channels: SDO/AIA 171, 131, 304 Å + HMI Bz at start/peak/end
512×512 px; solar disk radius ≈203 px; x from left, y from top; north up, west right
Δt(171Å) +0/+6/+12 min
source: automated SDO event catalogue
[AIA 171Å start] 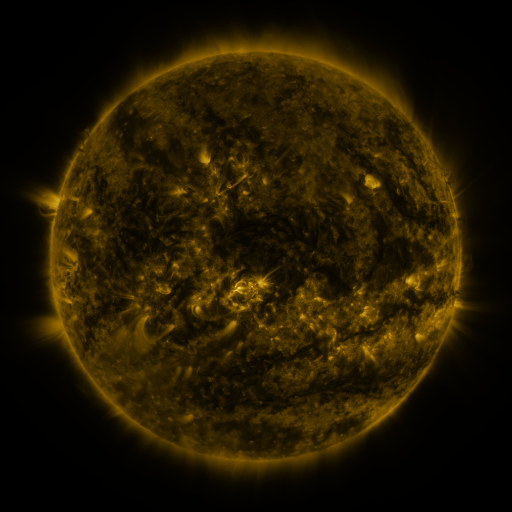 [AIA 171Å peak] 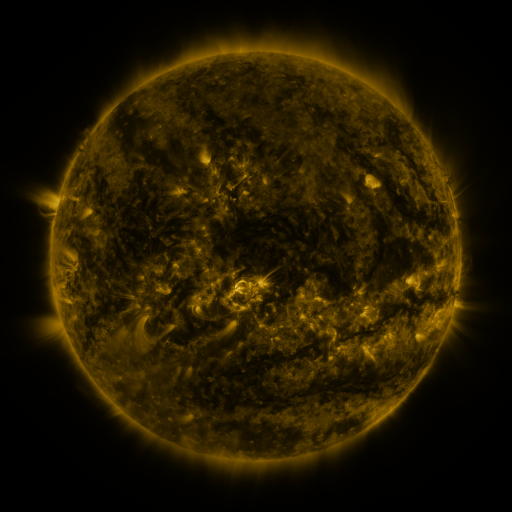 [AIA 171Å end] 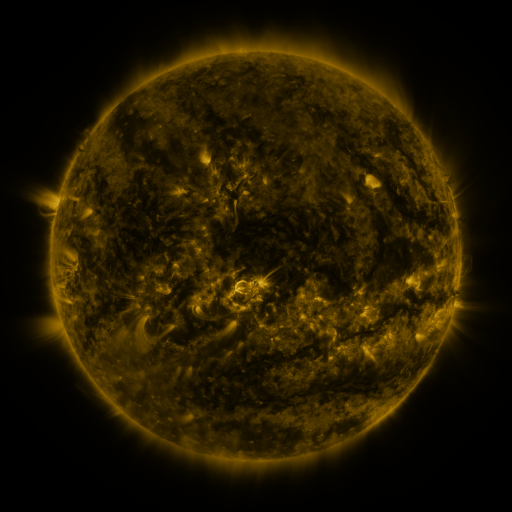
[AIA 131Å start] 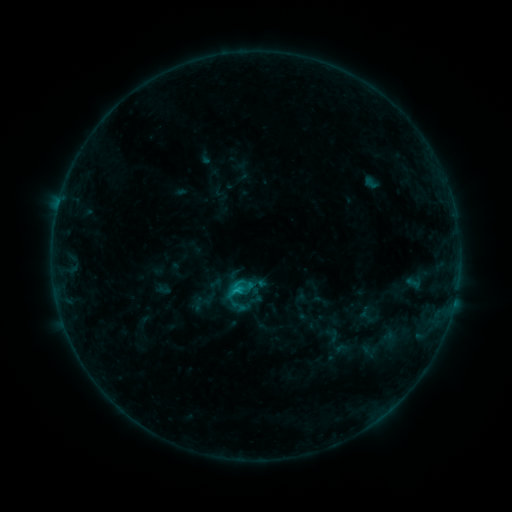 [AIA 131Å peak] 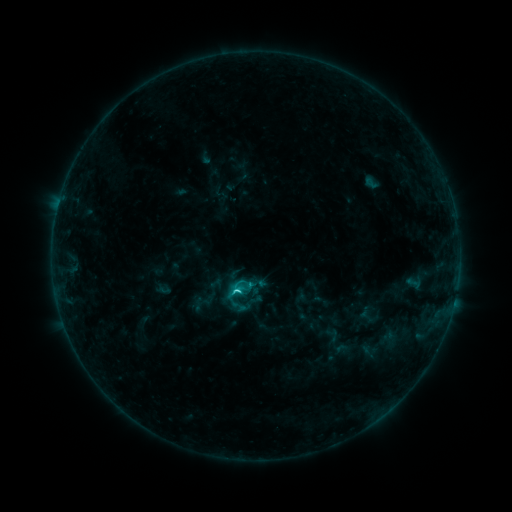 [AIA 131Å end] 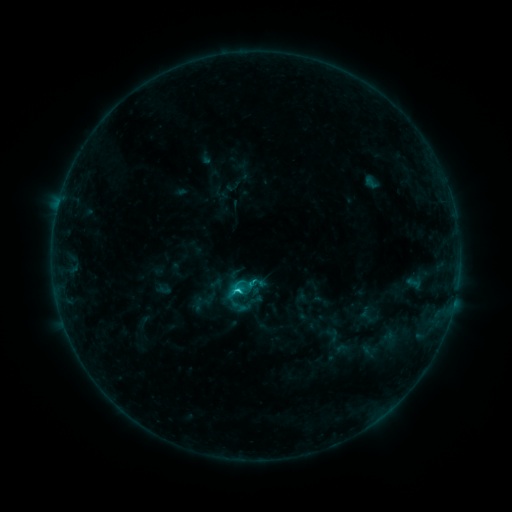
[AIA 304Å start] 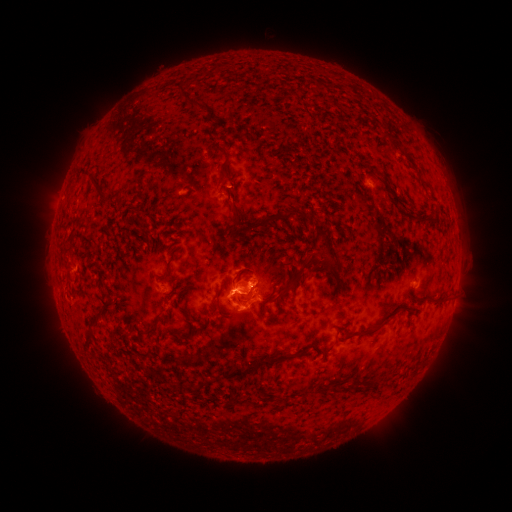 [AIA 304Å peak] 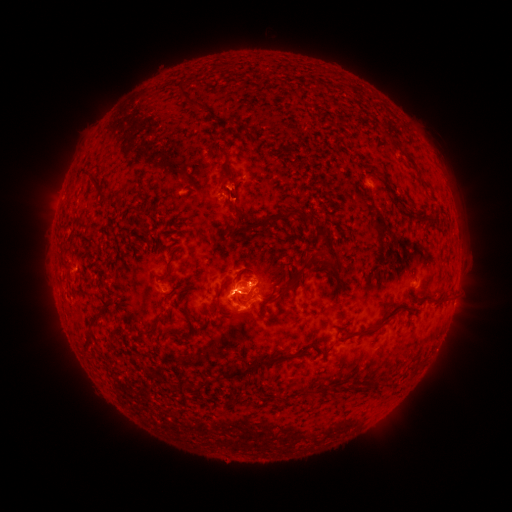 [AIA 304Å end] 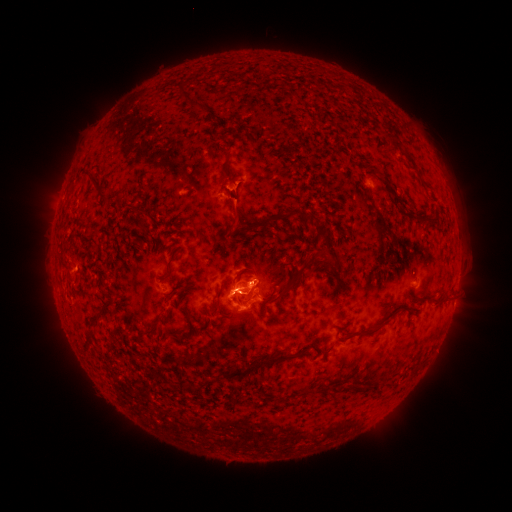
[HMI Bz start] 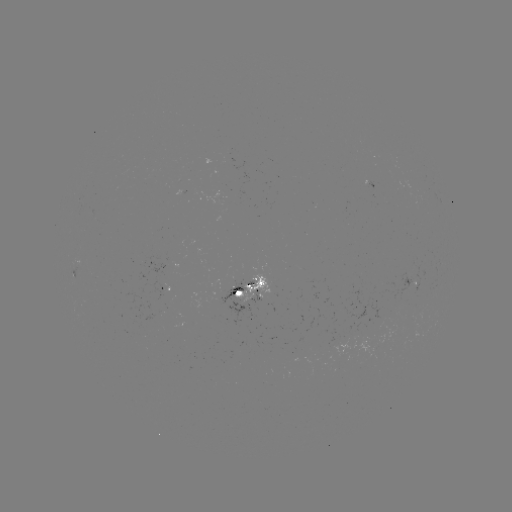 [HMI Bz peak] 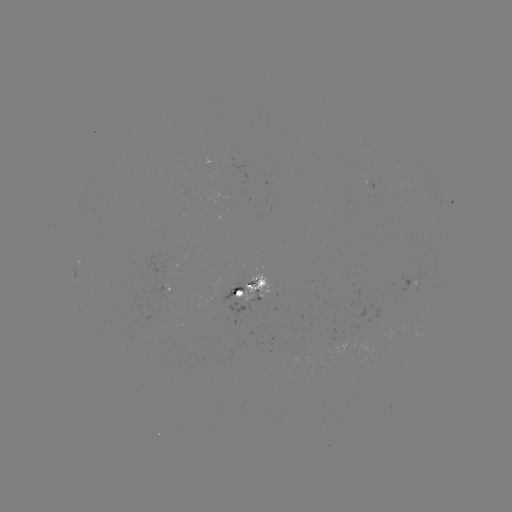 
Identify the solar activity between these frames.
C1.9 flare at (238, 290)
